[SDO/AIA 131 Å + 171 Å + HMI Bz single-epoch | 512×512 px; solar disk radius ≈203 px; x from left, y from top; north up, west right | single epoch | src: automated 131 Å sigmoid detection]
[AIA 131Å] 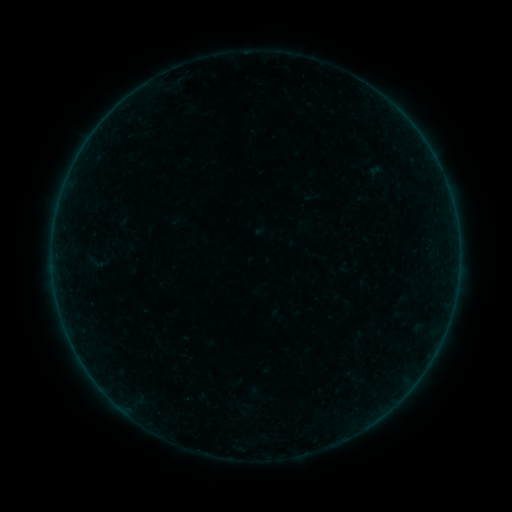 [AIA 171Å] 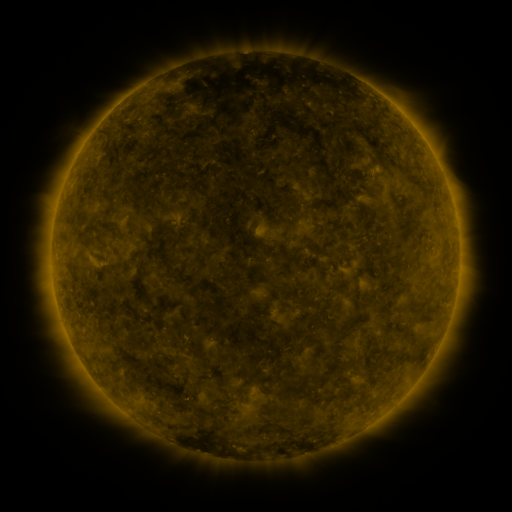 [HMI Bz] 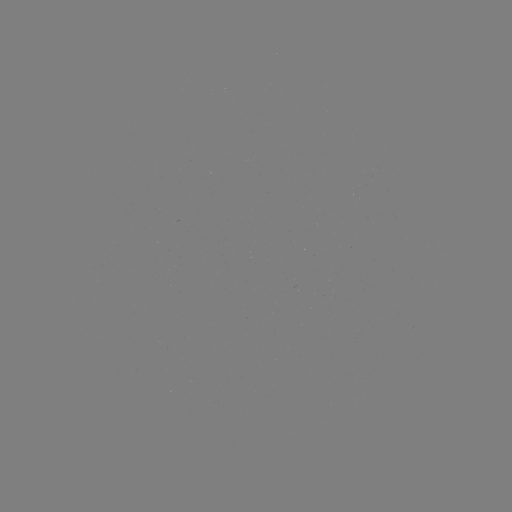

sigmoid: [88, 251, 105, 274]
